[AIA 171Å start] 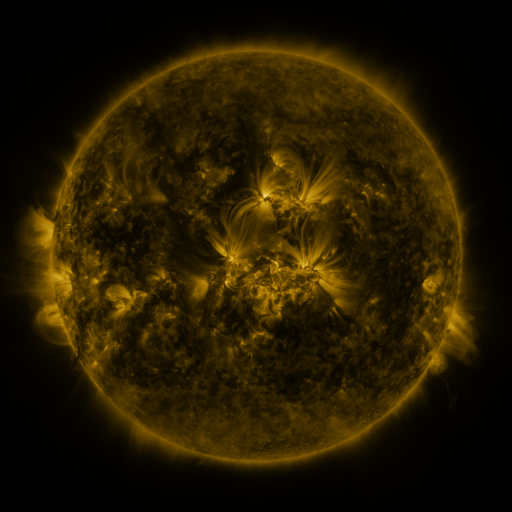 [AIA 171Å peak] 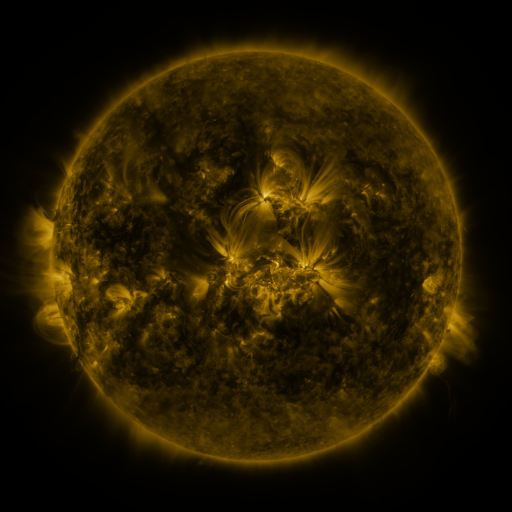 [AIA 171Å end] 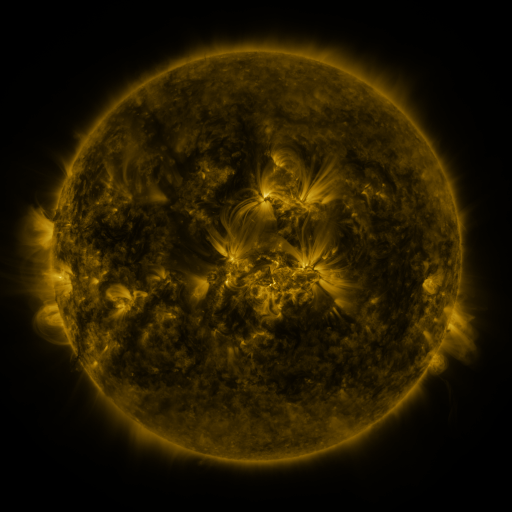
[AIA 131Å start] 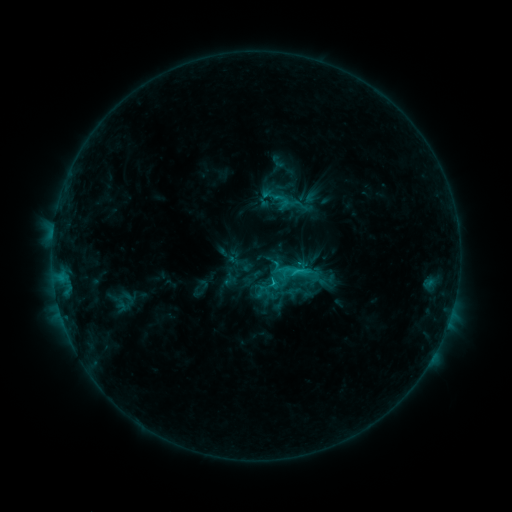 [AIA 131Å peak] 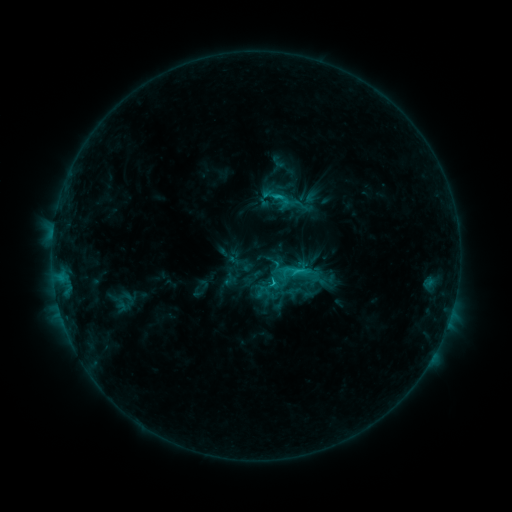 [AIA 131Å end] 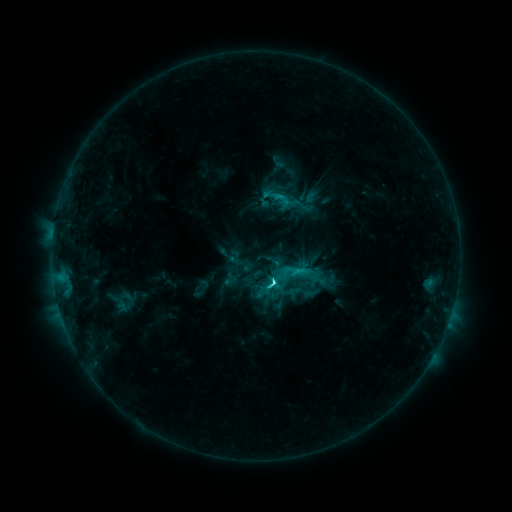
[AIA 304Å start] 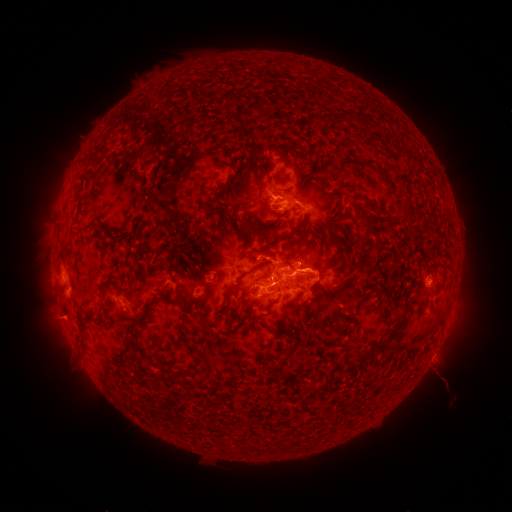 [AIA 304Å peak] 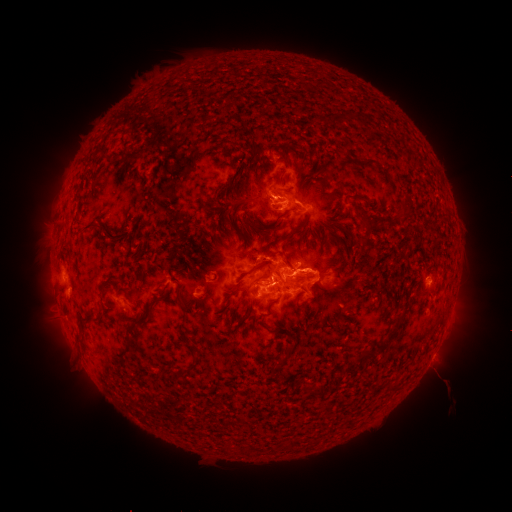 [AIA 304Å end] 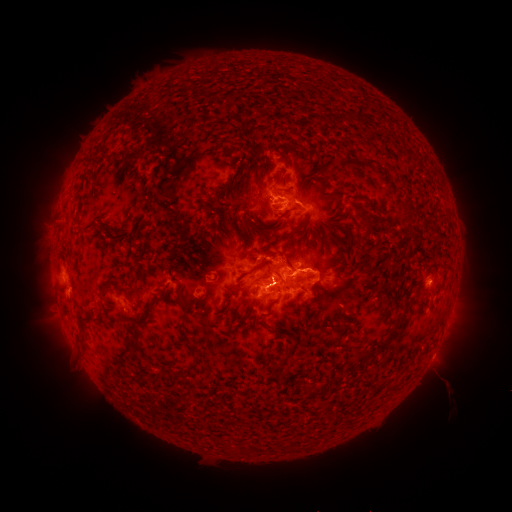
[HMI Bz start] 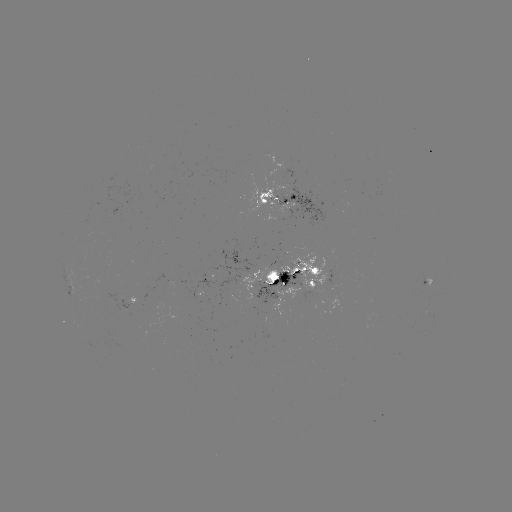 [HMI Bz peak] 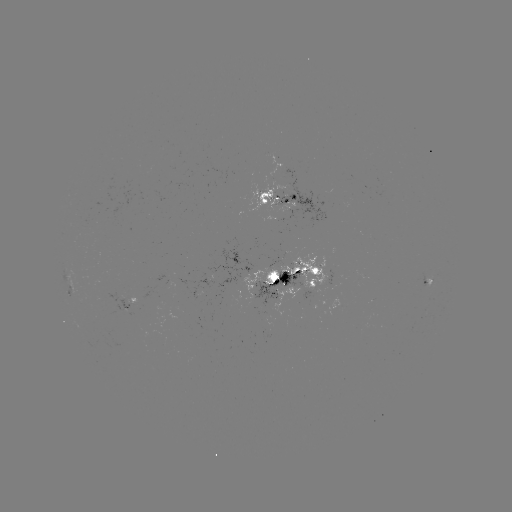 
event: flare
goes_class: C7.8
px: (277, 199)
